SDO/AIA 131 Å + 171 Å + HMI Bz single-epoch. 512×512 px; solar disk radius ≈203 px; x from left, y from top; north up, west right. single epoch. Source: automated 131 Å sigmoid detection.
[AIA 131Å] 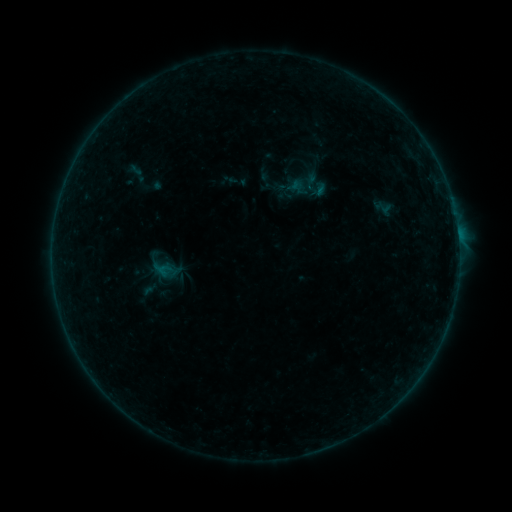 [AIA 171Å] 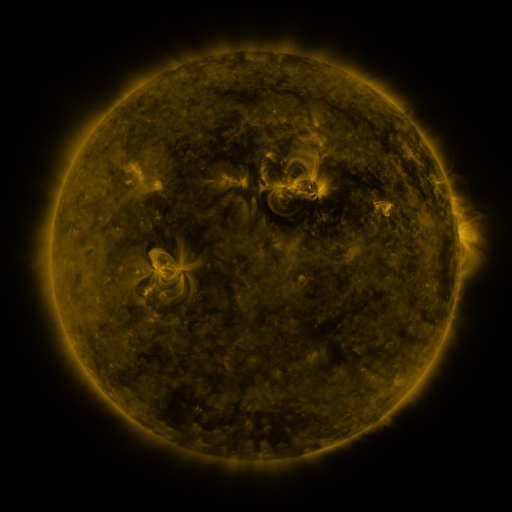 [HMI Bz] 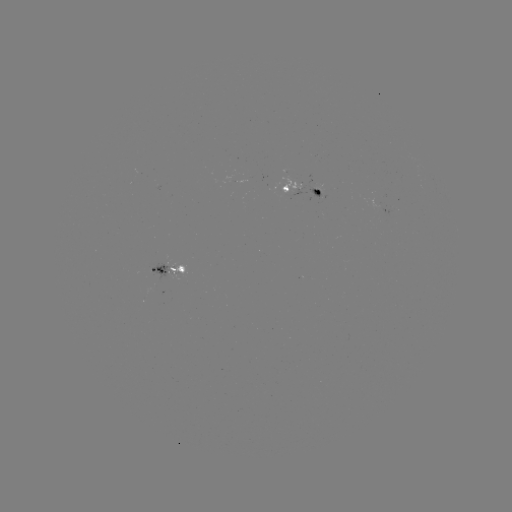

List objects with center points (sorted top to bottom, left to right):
sigmoid: <bbox>308, 180, 331, 201</bbox>
